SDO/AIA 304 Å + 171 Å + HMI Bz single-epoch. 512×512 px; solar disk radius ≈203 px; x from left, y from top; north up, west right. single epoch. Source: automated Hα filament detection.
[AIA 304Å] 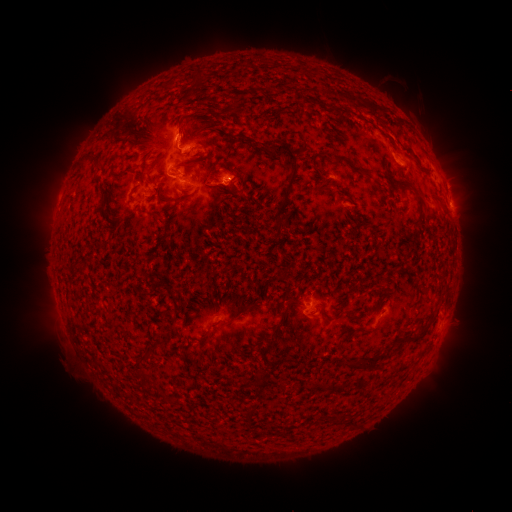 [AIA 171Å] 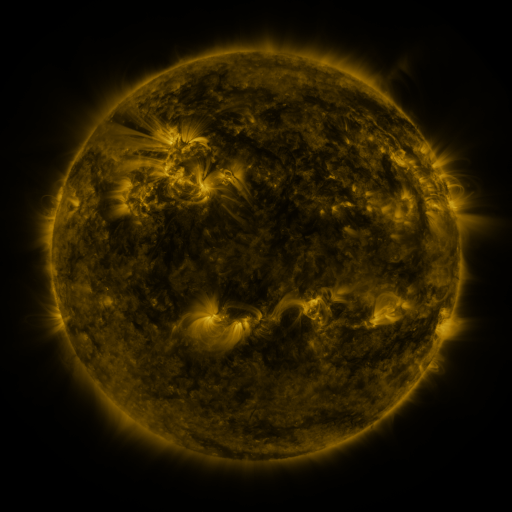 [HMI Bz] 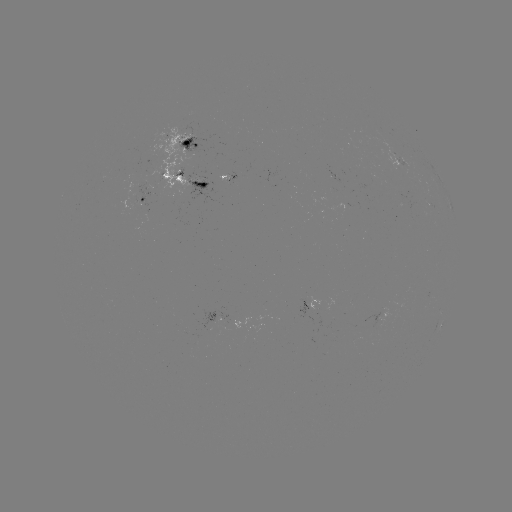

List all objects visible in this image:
filament: (180, 121)
filament: (293, 162)
filament: (352, 165)
filament: (144, 173)
filament: (180, 200)
filament: (421, 200)
filament: (157, 215)
filament: (292, 303)
filament: (365, 365)
filament: (249, 413)
